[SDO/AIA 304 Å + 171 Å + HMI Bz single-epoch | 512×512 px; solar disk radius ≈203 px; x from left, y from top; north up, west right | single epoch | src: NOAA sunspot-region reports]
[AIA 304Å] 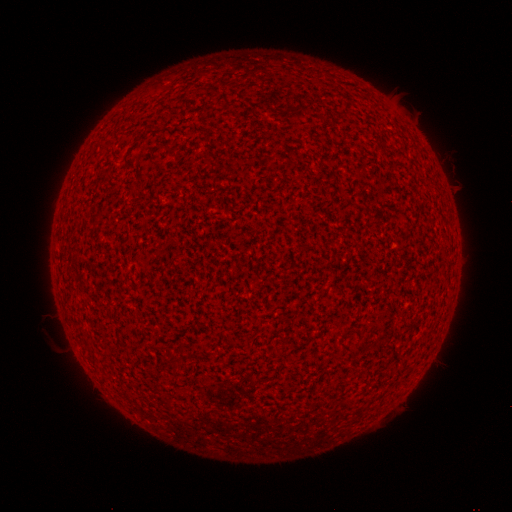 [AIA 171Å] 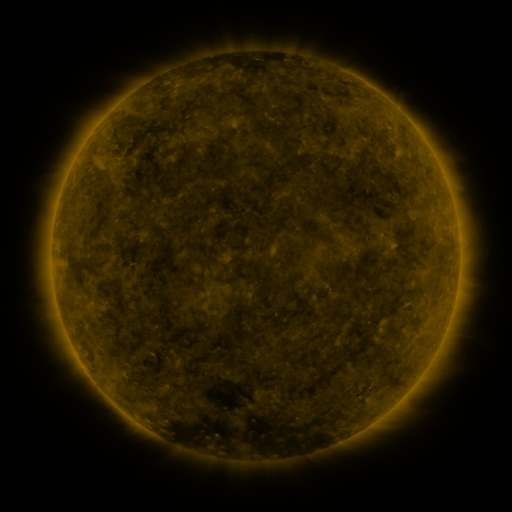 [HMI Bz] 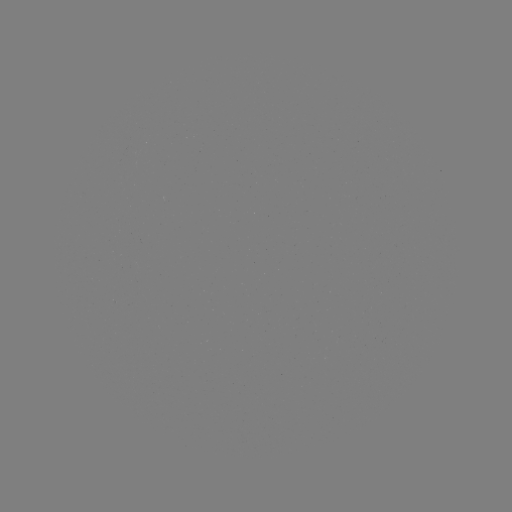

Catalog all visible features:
(none)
